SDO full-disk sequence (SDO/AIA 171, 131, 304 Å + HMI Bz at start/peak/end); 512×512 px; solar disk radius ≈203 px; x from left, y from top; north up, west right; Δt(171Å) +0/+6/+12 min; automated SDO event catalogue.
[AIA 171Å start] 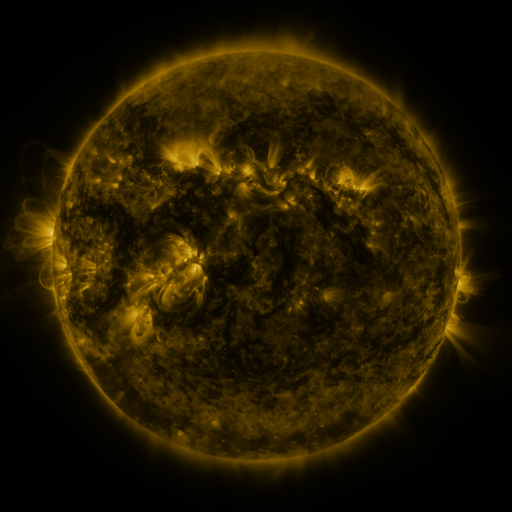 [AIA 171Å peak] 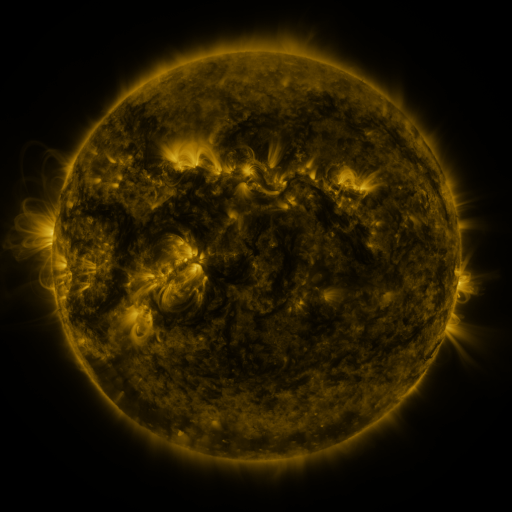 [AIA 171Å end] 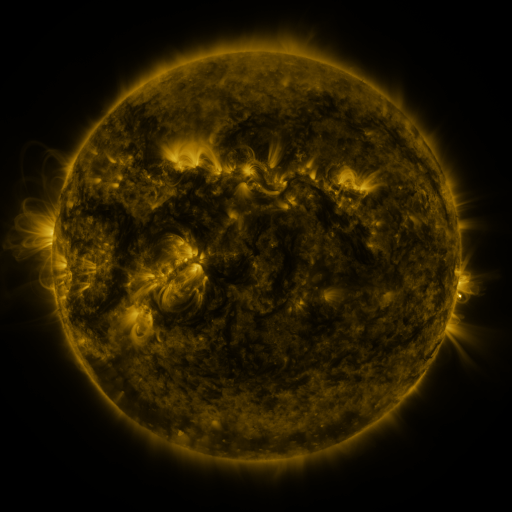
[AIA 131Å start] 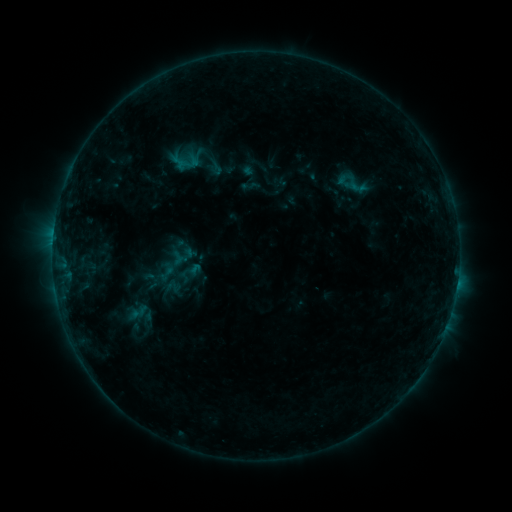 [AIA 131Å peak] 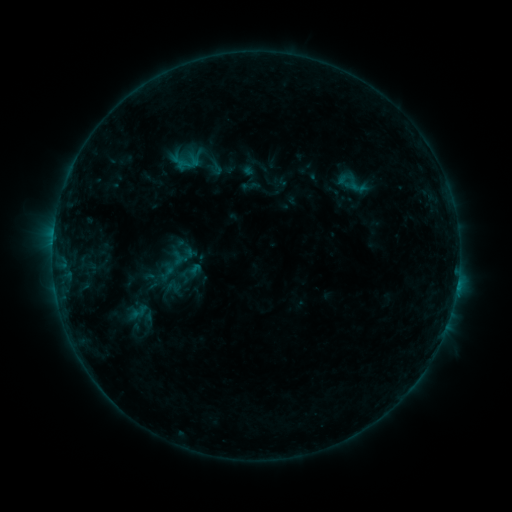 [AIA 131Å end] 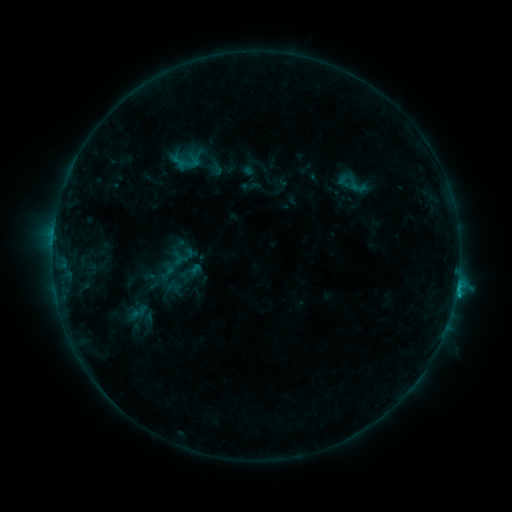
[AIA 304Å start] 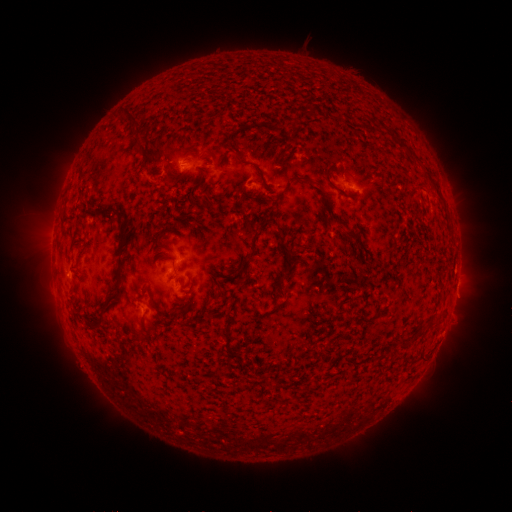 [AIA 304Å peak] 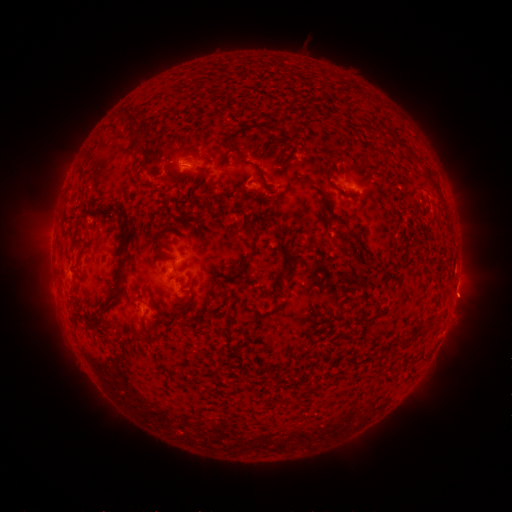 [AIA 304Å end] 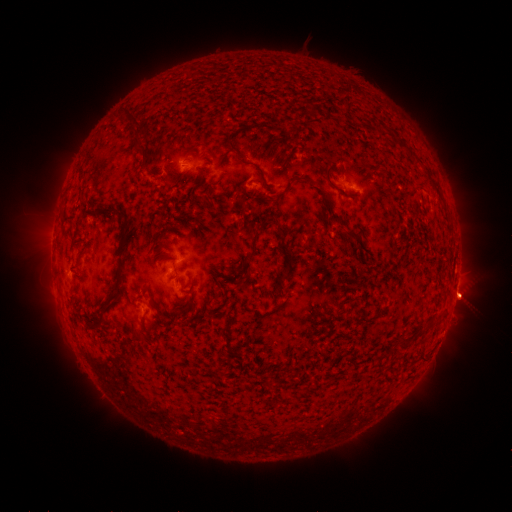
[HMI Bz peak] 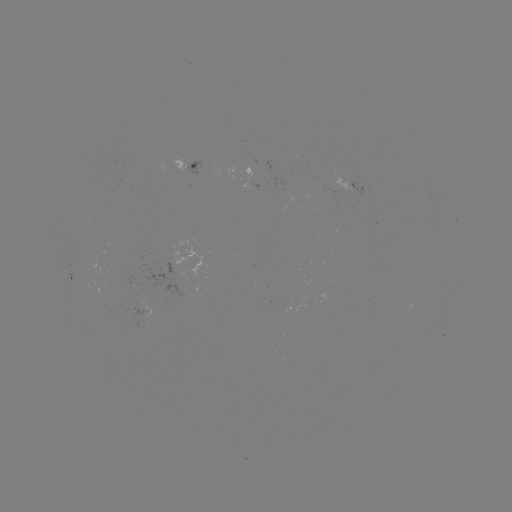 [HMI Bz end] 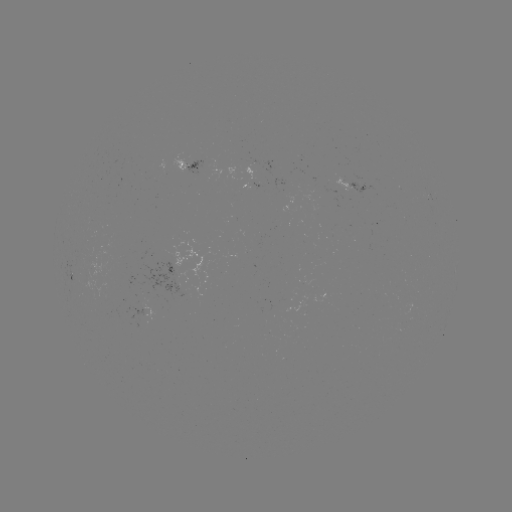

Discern eruption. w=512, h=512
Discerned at [464, 298].